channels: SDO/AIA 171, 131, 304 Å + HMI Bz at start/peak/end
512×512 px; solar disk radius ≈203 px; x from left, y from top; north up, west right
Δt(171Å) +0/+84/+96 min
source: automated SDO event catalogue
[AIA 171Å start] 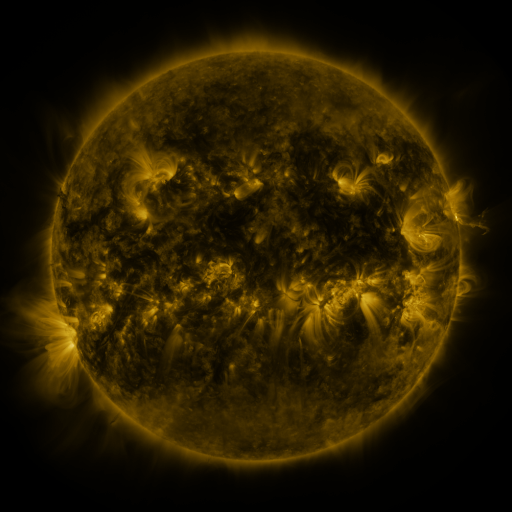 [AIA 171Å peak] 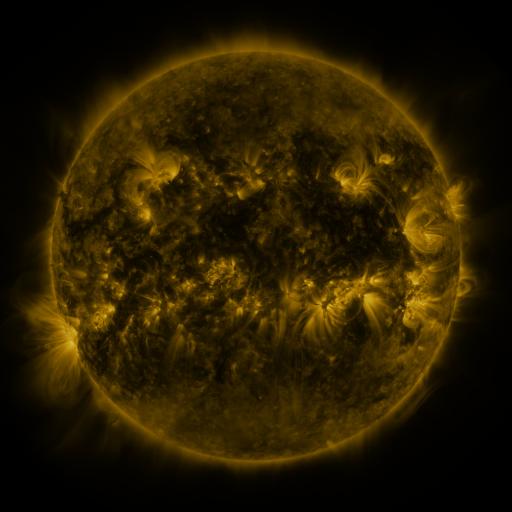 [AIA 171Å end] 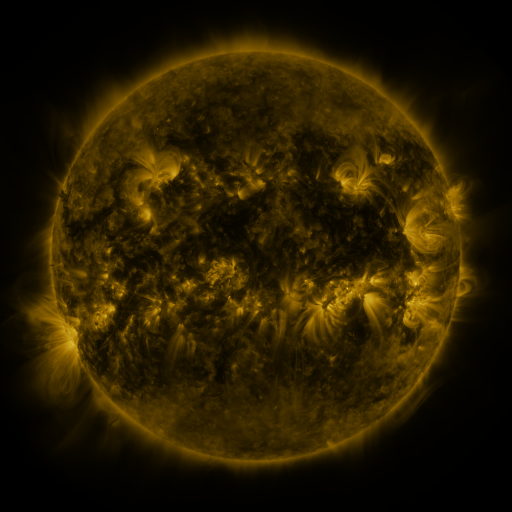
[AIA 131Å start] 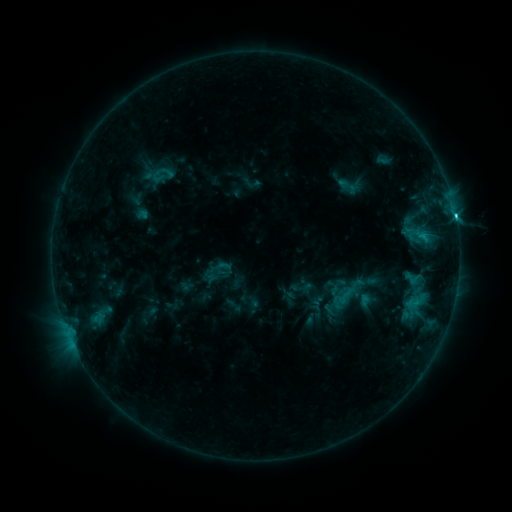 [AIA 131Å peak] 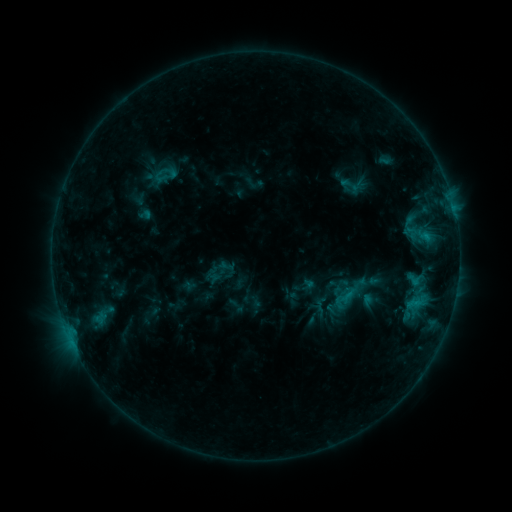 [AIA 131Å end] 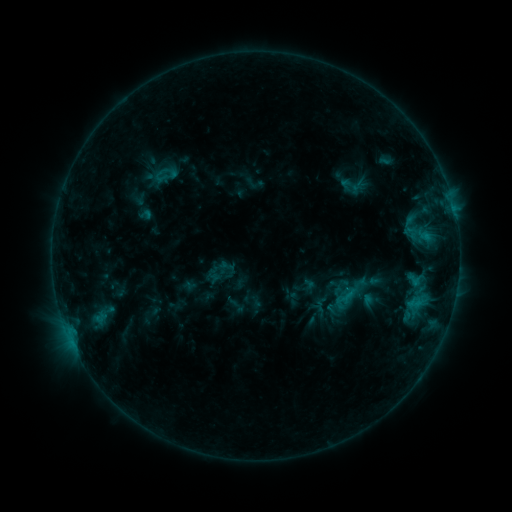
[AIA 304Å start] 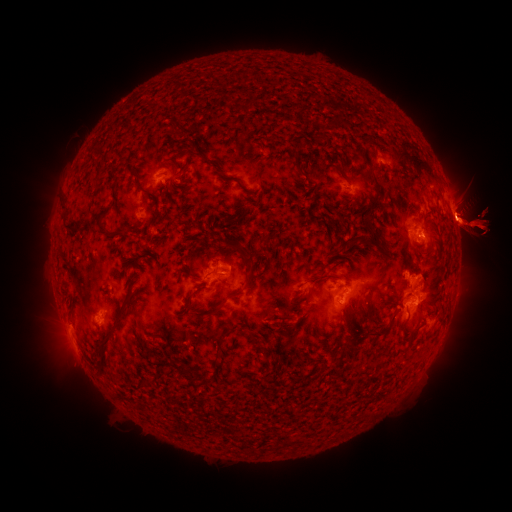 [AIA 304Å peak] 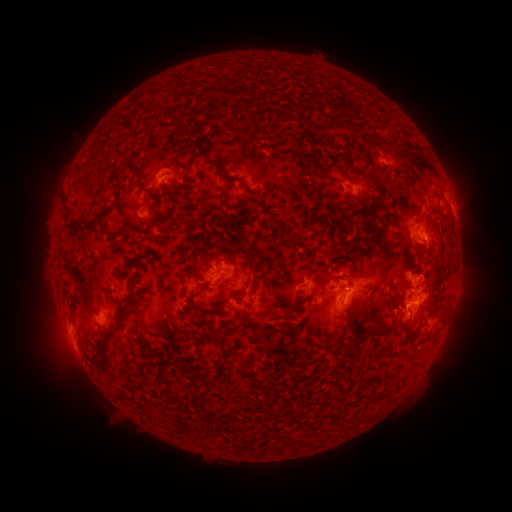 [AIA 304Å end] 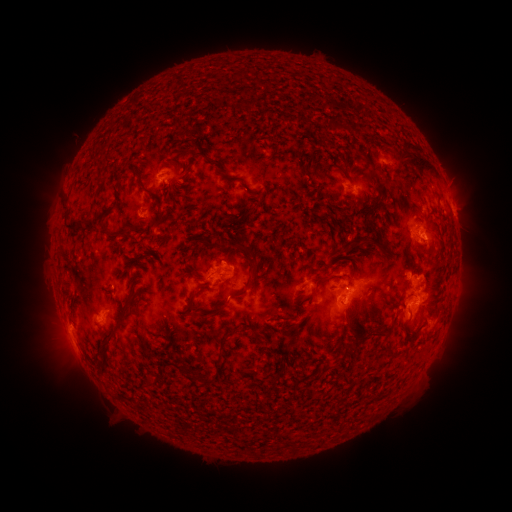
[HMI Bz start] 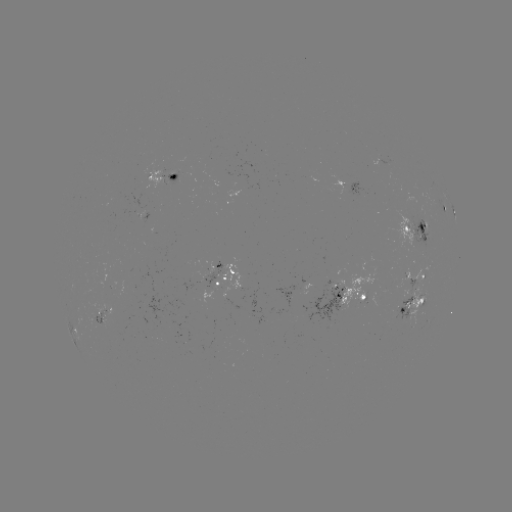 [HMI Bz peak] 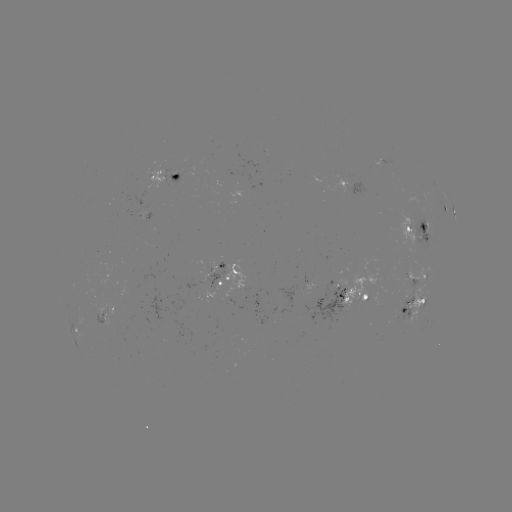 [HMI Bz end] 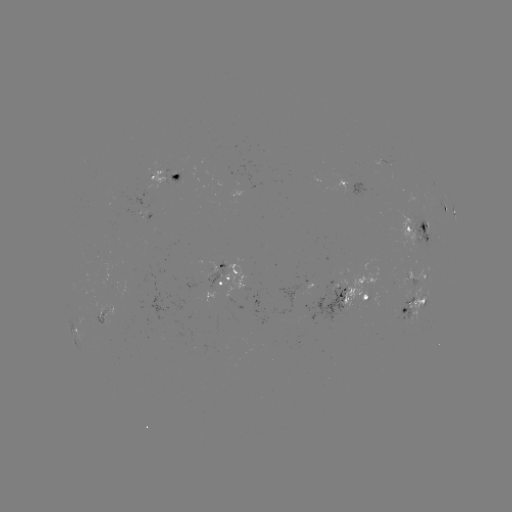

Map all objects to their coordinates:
emerging-flux region: (336, 307)
